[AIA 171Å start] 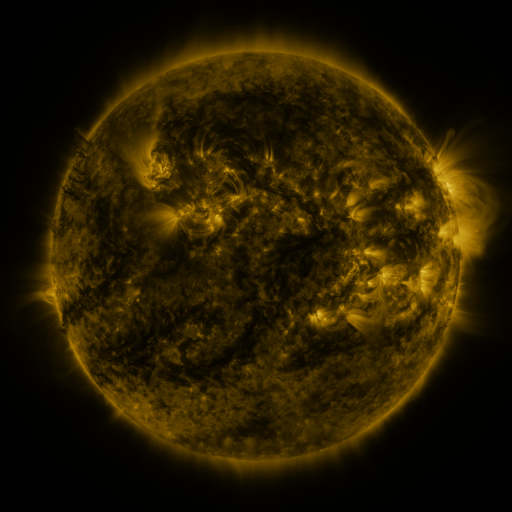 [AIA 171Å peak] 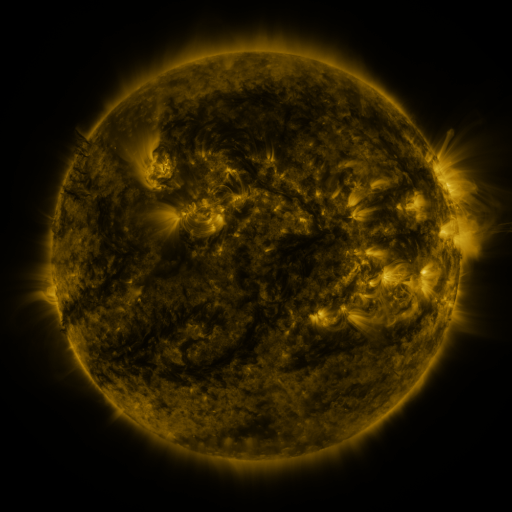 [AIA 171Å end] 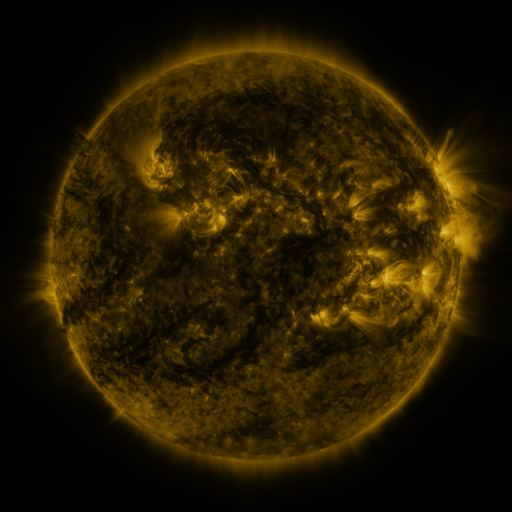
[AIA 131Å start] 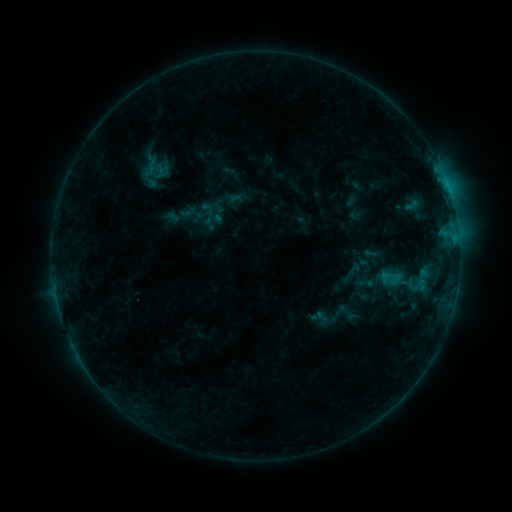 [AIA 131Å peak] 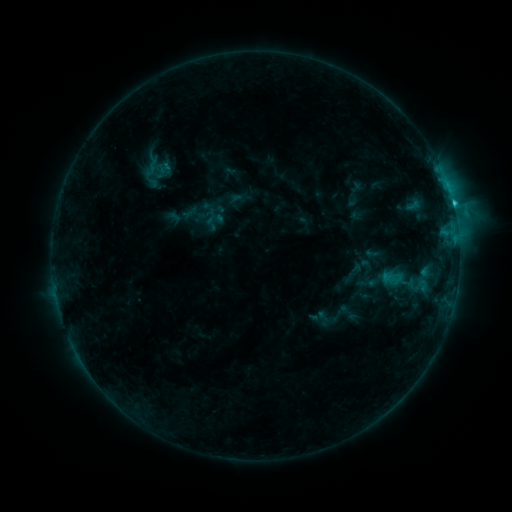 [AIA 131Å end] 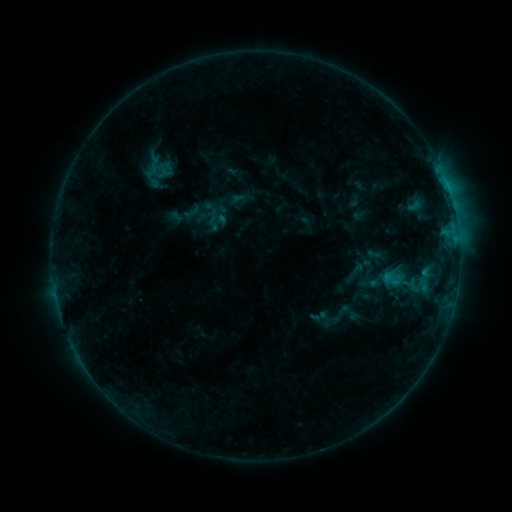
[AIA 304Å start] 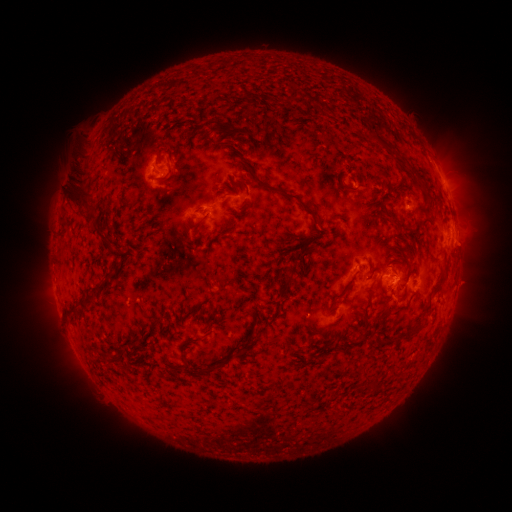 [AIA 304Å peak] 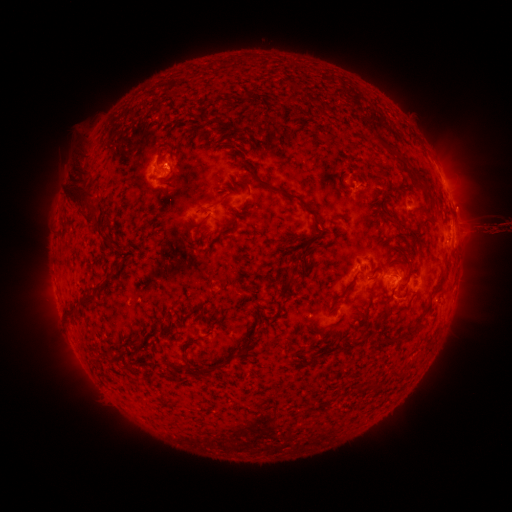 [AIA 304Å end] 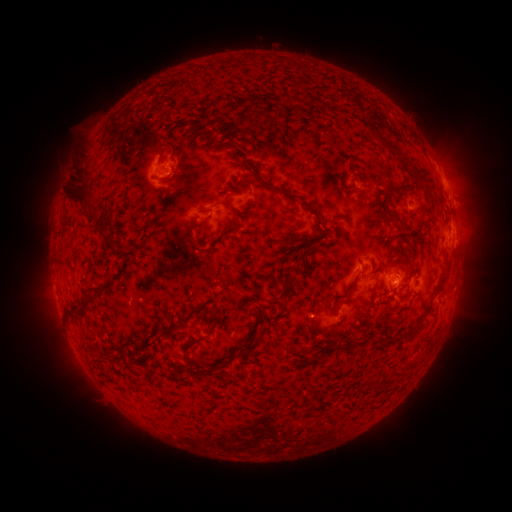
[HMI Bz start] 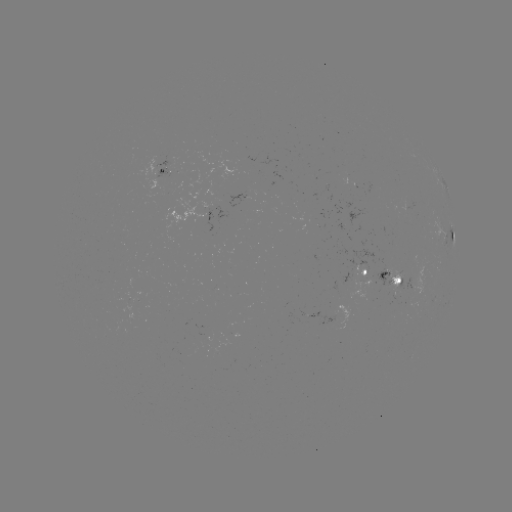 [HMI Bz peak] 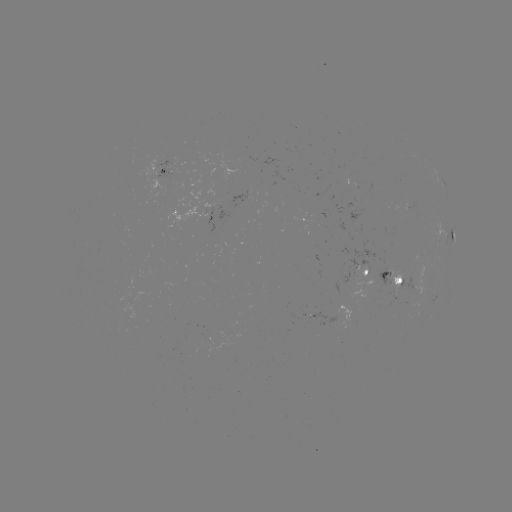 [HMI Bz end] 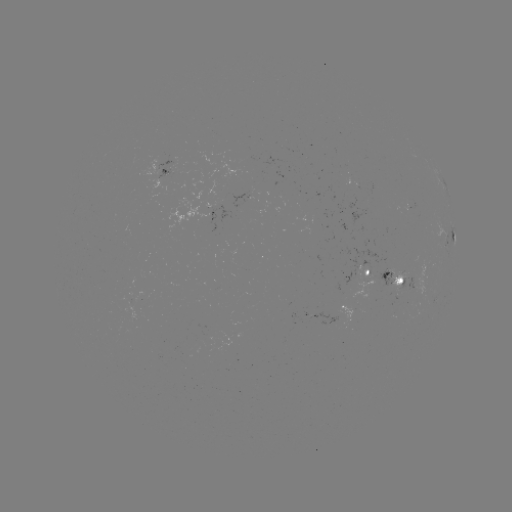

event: filament eruption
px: (477, 200)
